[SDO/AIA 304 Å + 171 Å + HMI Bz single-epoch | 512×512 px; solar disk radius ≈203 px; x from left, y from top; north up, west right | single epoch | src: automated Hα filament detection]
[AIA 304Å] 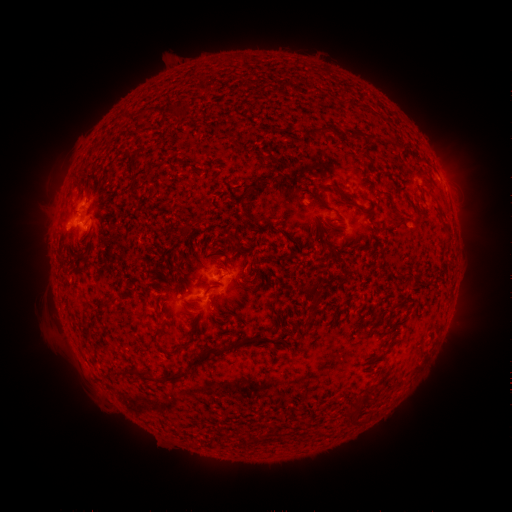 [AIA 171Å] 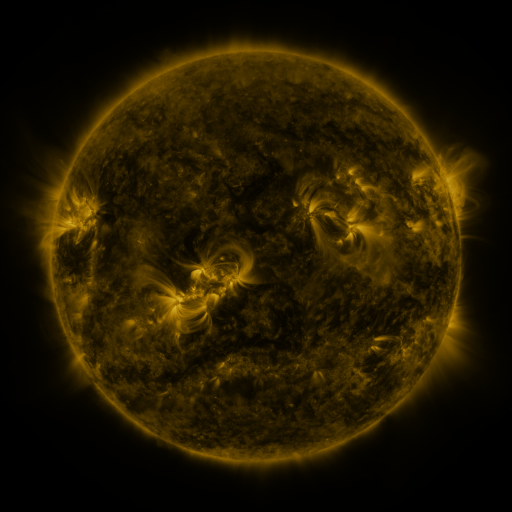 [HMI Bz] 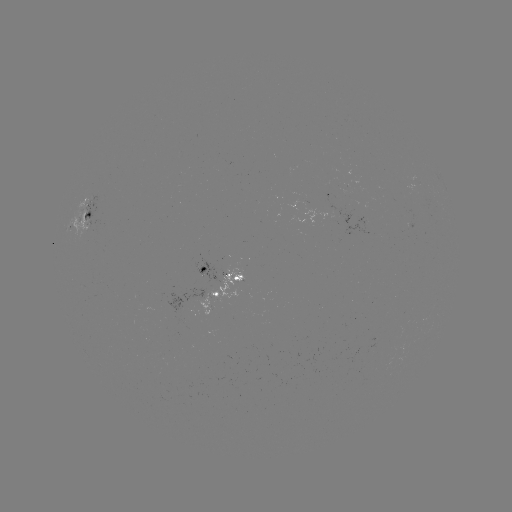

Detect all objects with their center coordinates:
filament: [317, 127, 327, 137]
filament: [350, 131, 363, 141]
filament: [327, 183, 342, 194]
filament: [426, 184, 434, 196]
filament: [319, 225, 333, 235]
filament: [60, 258, 73, 271]
filament: [196, 273, 203, 283]
filament: [239, 278, 250, 285]
filament: [302, 288, 321, 308]
filament: [151, 326, 166, 353]
filament: [255, 335, 268, 343]
filament: [280, 340, 289, 350]
filament: [172, 342, 184, 351]
filament: [204, 346, 224, 356]
filament: [160, 358, 200, 380]
filament: [109, 366, 132, 375]
filament: [145, 367, 156, 381]
filament: [358, 390, 371, 404]
